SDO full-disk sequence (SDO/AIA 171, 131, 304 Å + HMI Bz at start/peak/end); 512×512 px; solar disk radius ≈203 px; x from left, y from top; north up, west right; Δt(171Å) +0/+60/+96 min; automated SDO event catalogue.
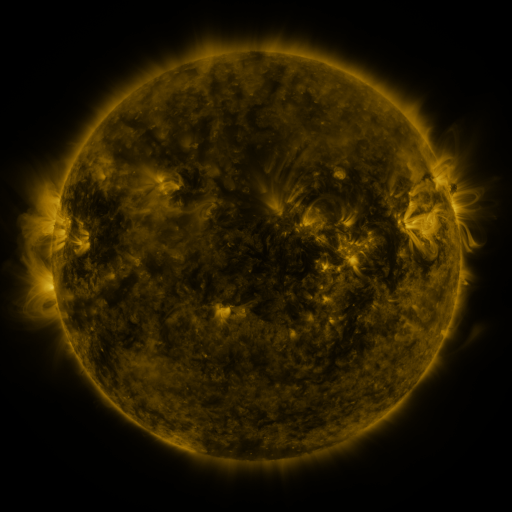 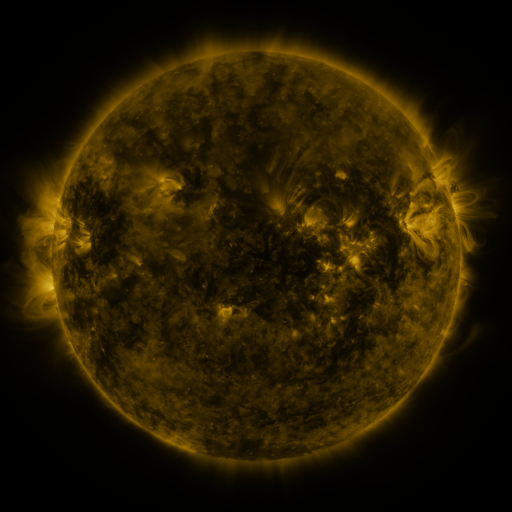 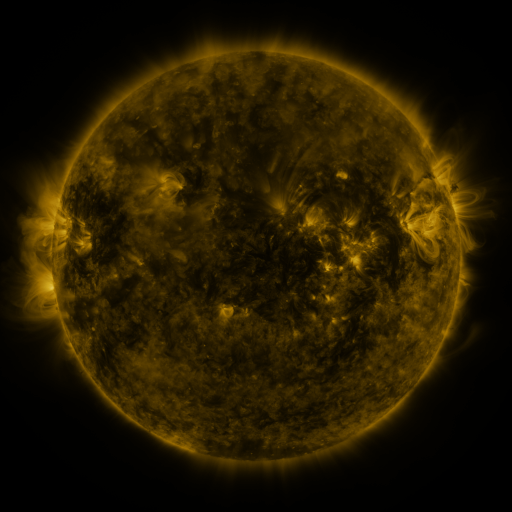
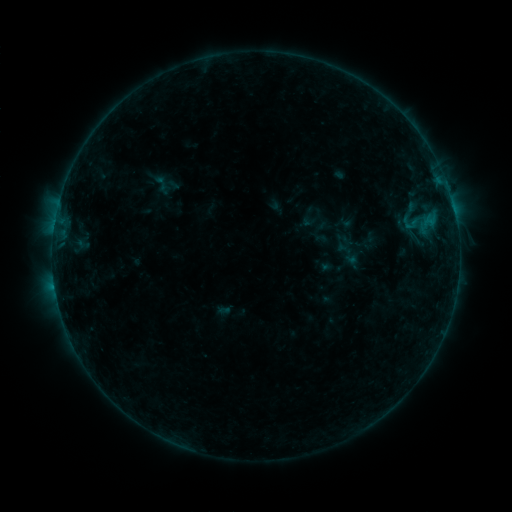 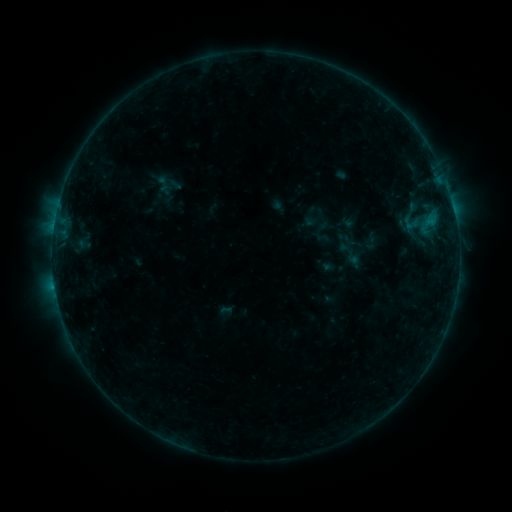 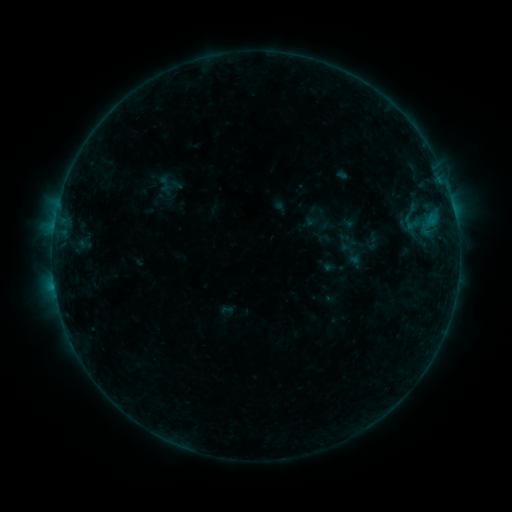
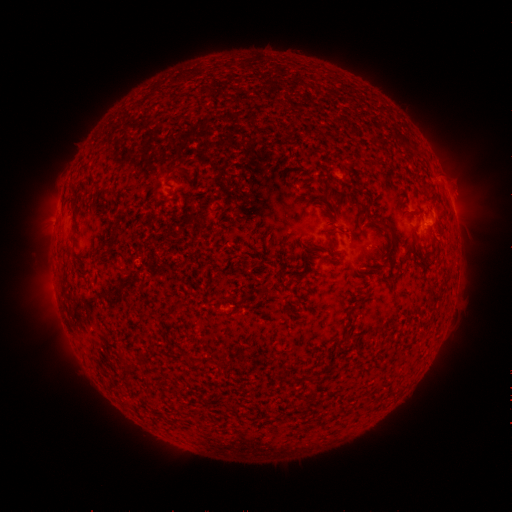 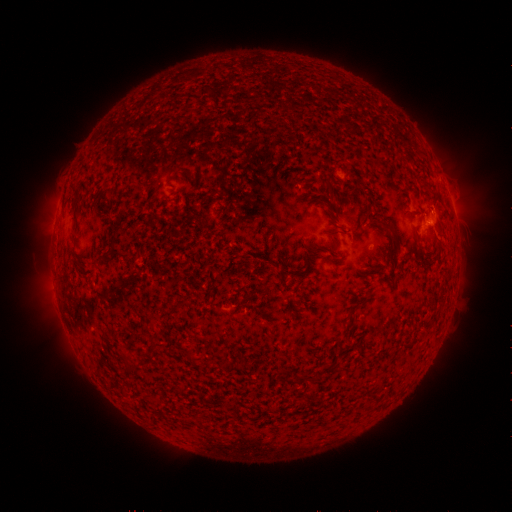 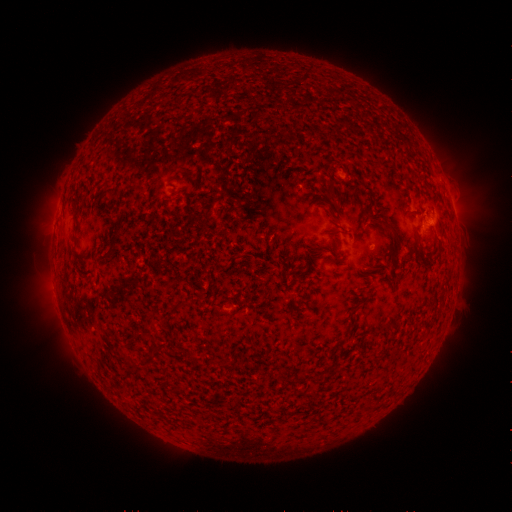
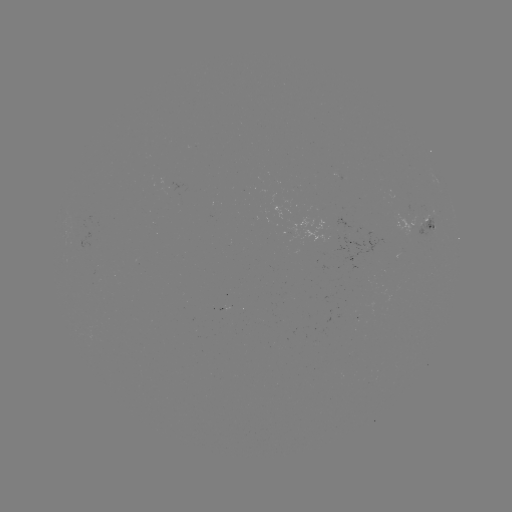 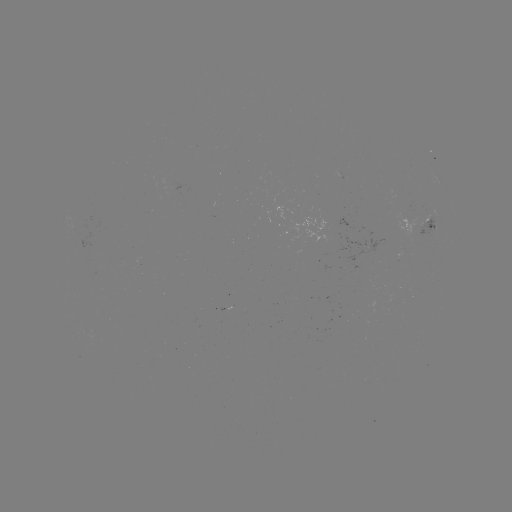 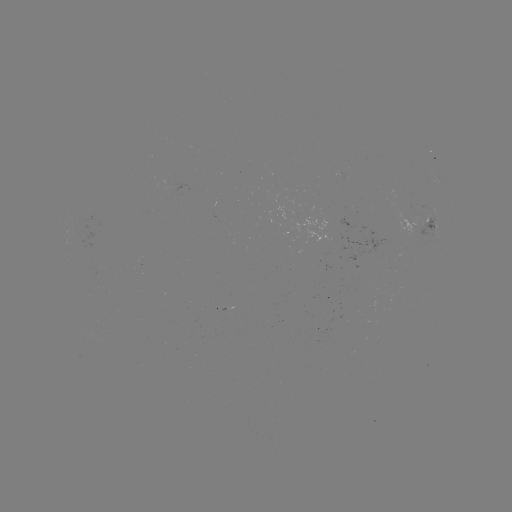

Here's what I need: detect emerging-flux region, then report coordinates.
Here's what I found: emerging-flux region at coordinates [410, 226].